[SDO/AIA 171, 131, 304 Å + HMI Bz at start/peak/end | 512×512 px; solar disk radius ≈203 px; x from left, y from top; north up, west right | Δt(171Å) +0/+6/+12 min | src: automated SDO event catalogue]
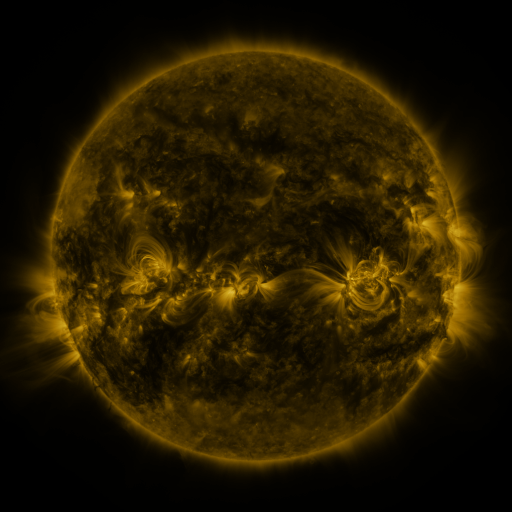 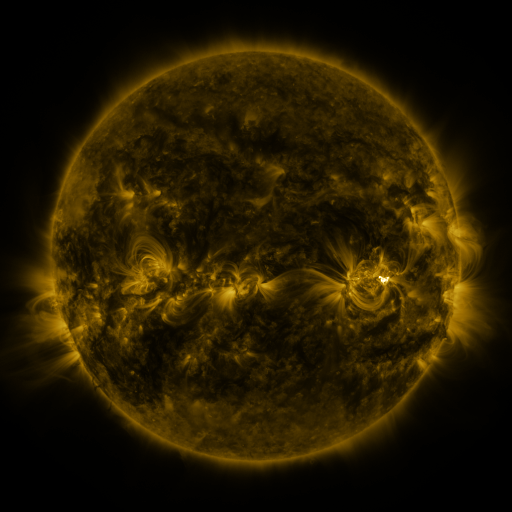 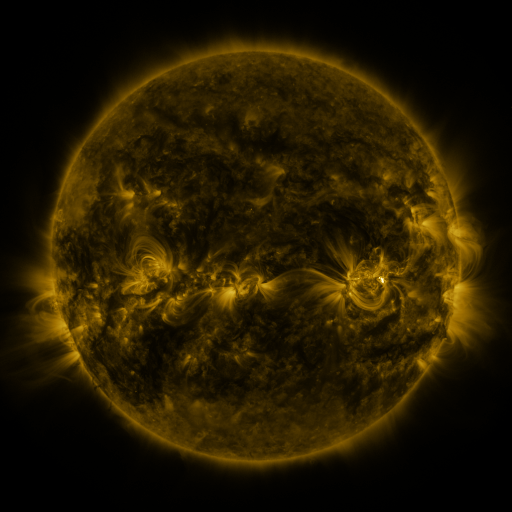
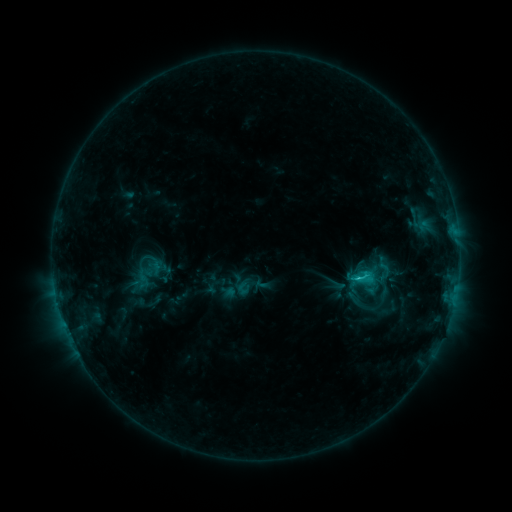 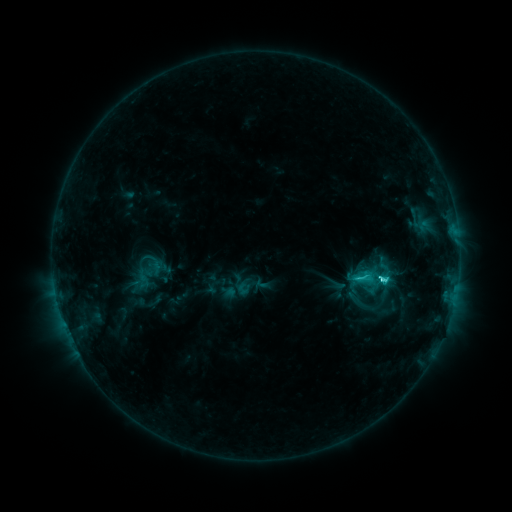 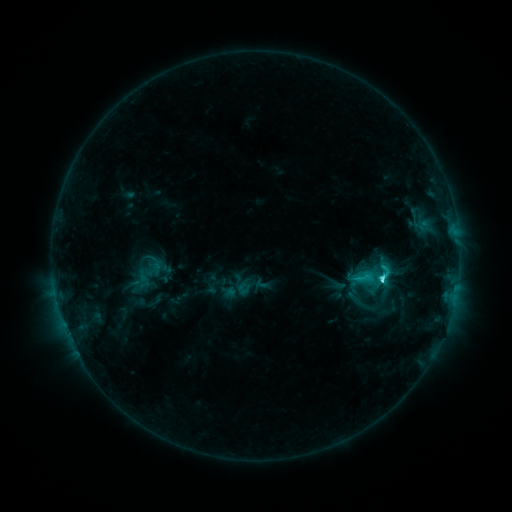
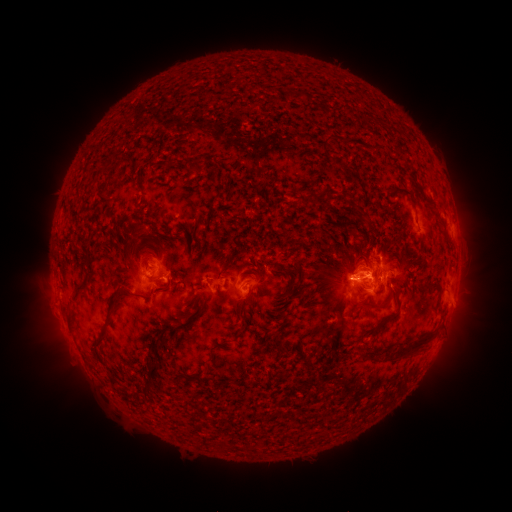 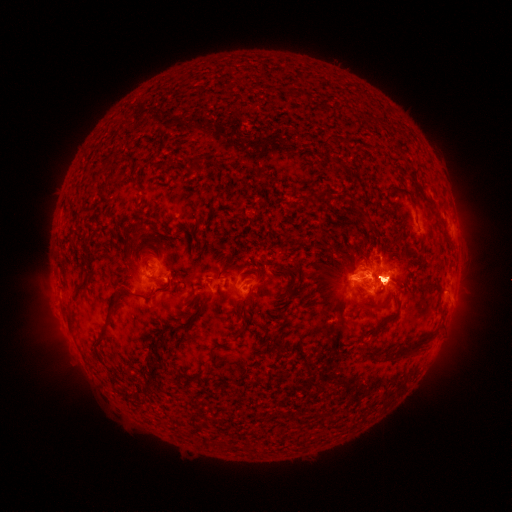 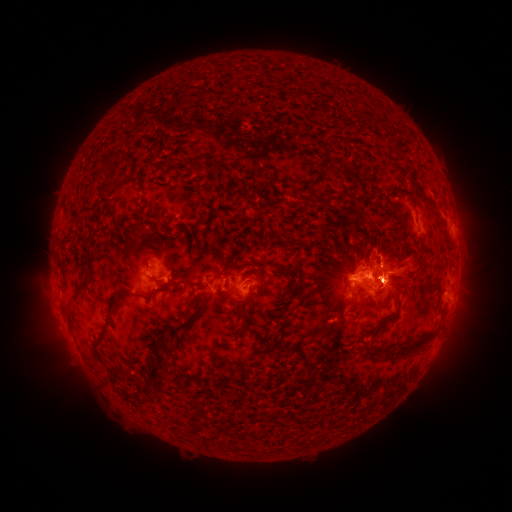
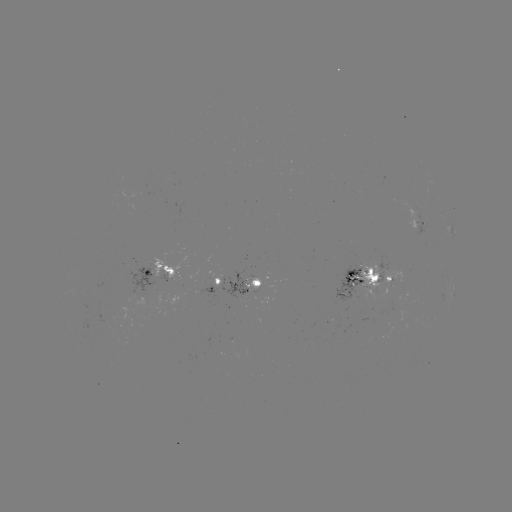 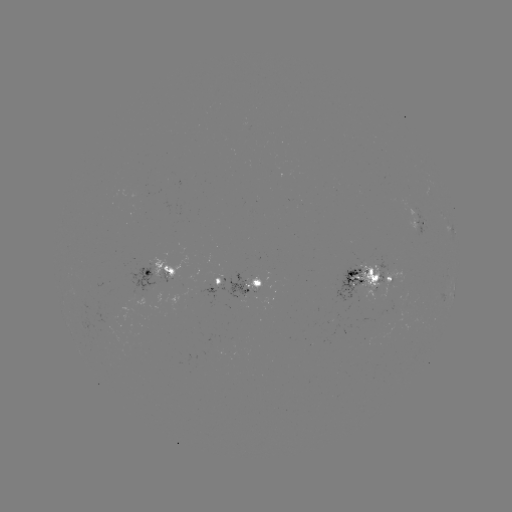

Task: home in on M1.0 flare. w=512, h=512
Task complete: [381, 279].